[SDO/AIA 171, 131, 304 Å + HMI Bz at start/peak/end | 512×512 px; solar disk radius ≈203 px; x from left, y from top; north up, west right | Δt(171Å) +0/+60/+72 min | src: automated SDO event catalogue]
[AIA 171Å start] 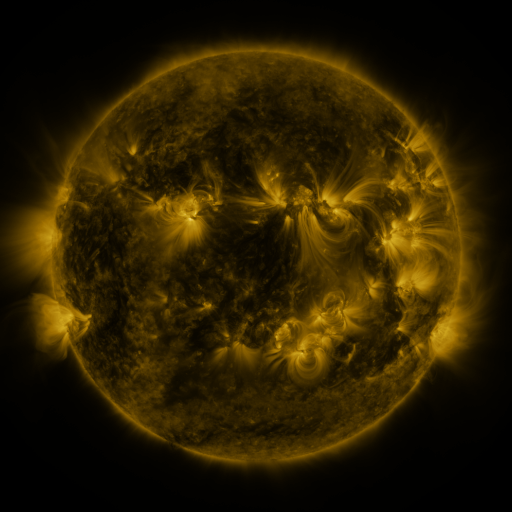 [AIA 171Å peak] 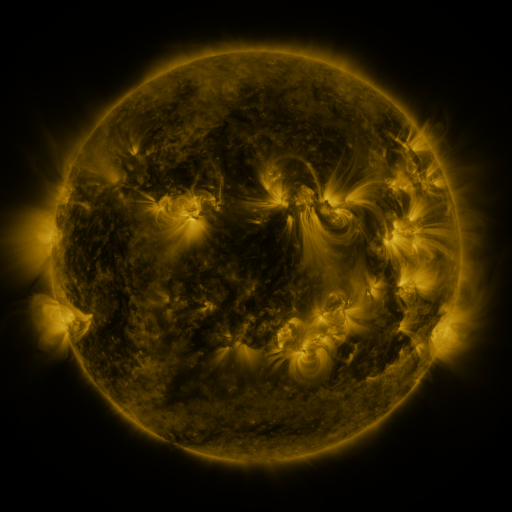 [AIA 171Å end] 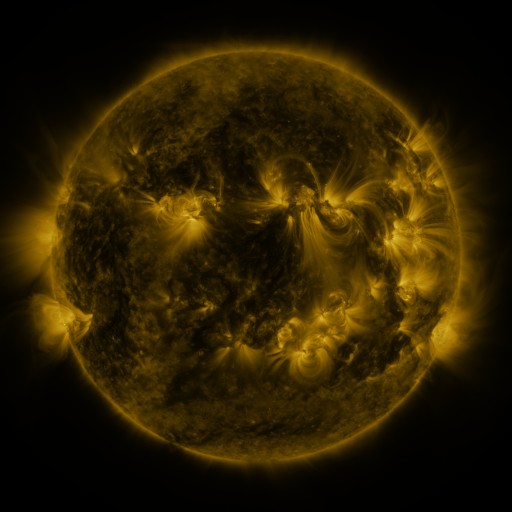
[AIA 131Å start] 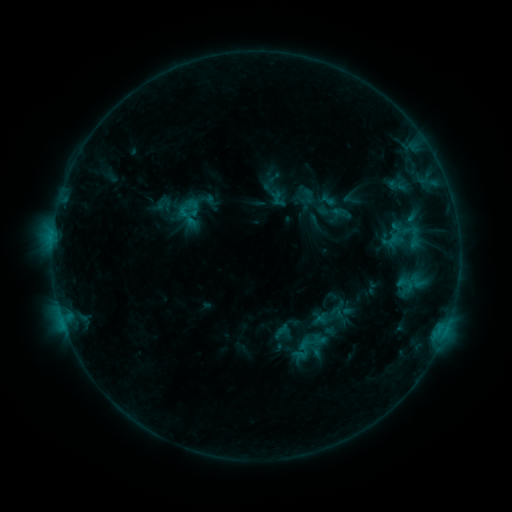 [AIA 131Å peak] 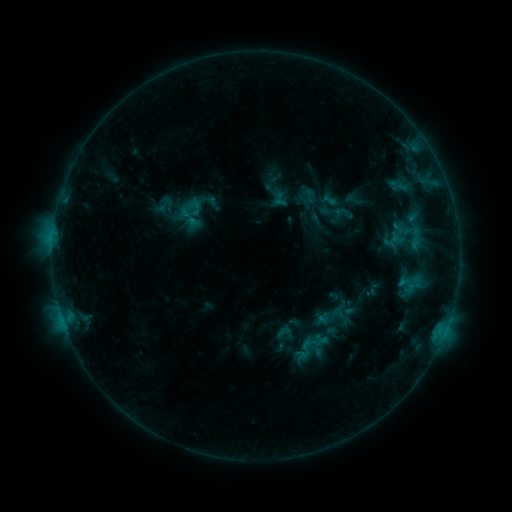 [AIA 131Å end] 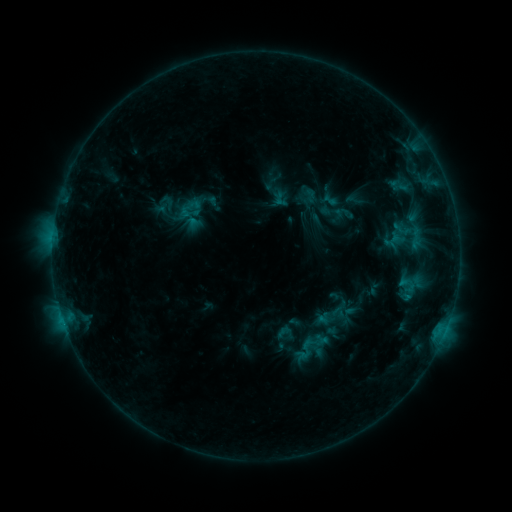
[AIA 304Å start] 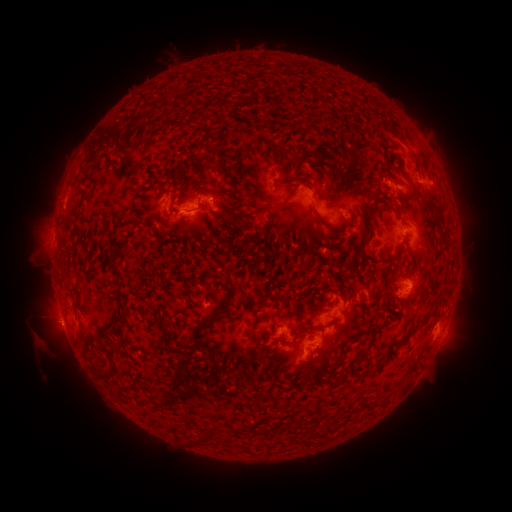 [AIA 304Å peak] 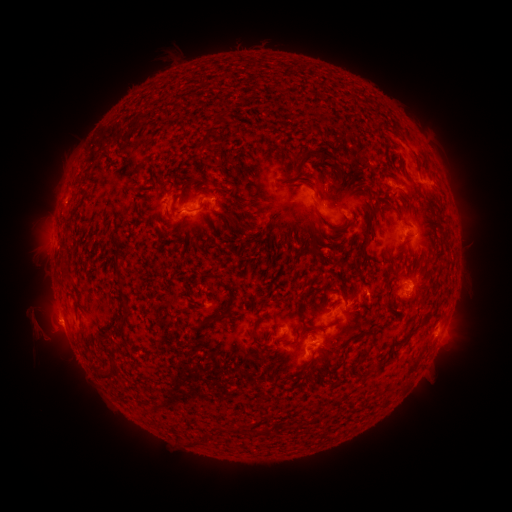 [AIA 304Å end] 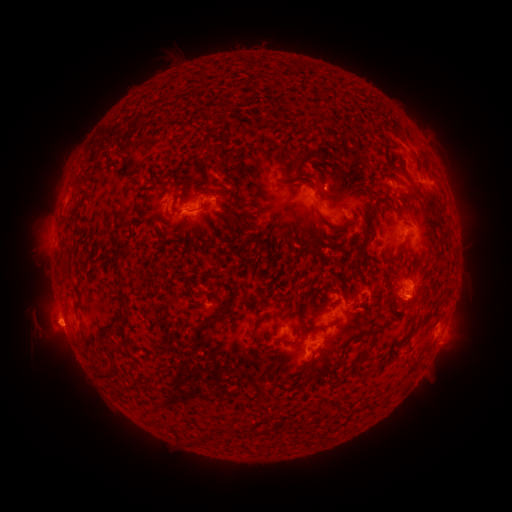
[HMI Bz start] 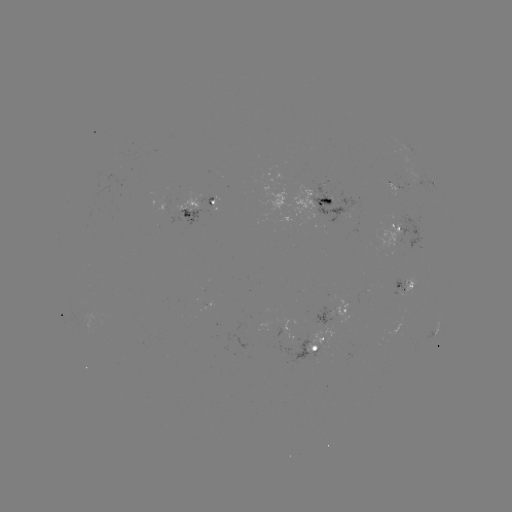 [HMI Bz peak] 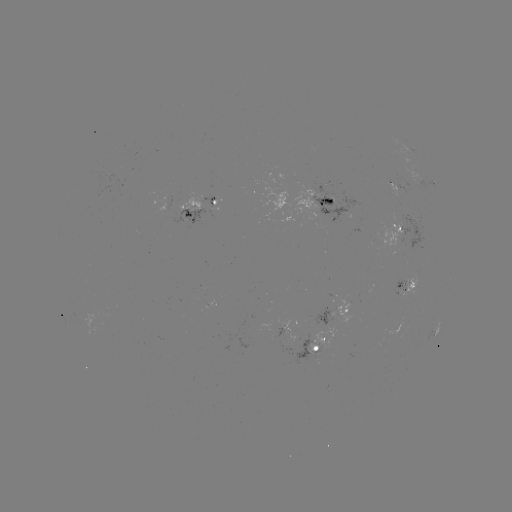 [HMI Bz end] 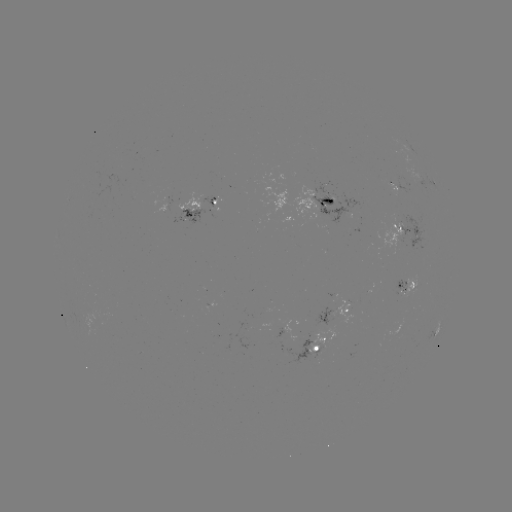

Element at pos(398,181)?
emerging-flux region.